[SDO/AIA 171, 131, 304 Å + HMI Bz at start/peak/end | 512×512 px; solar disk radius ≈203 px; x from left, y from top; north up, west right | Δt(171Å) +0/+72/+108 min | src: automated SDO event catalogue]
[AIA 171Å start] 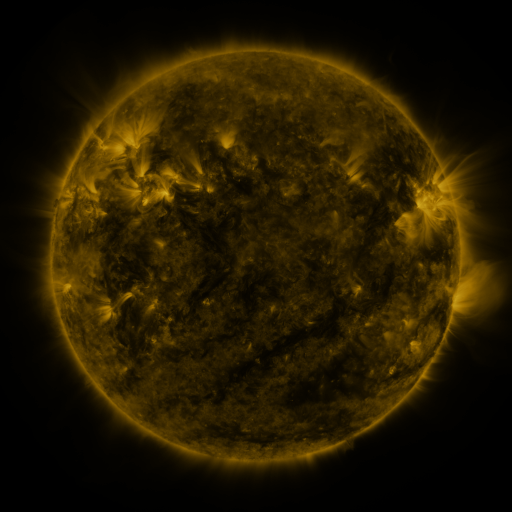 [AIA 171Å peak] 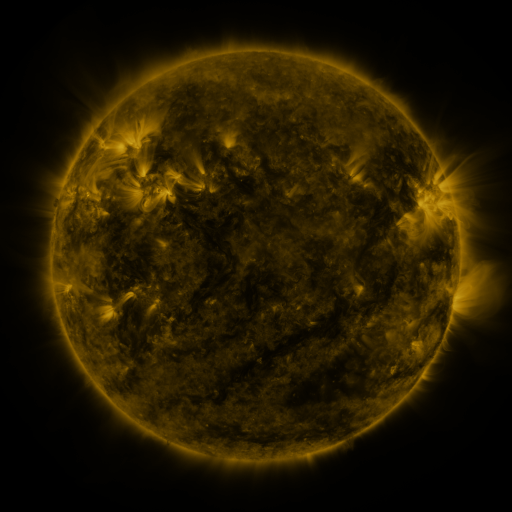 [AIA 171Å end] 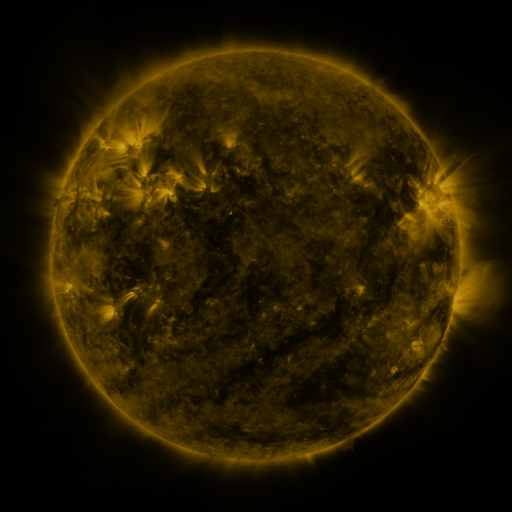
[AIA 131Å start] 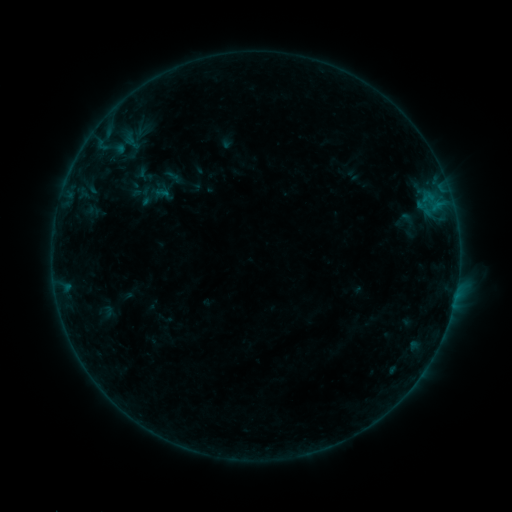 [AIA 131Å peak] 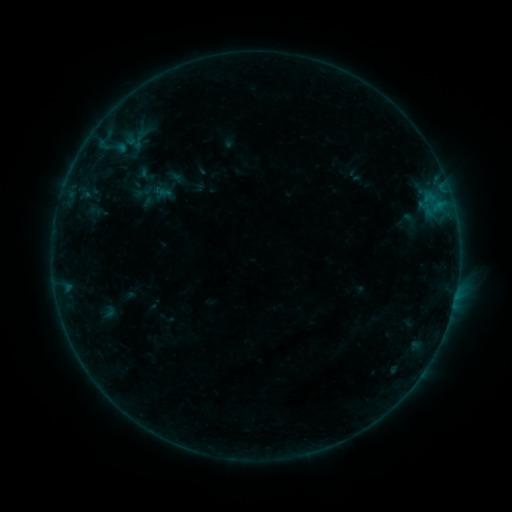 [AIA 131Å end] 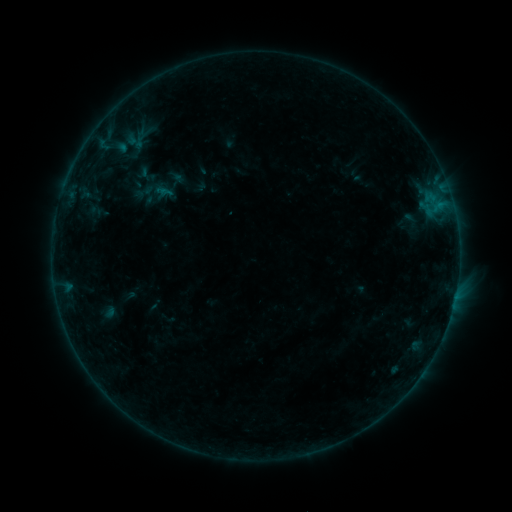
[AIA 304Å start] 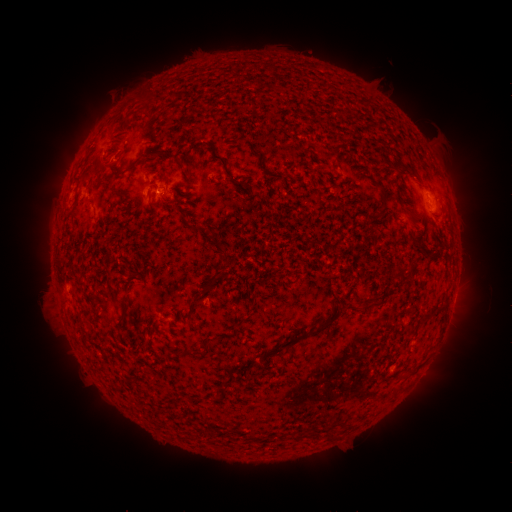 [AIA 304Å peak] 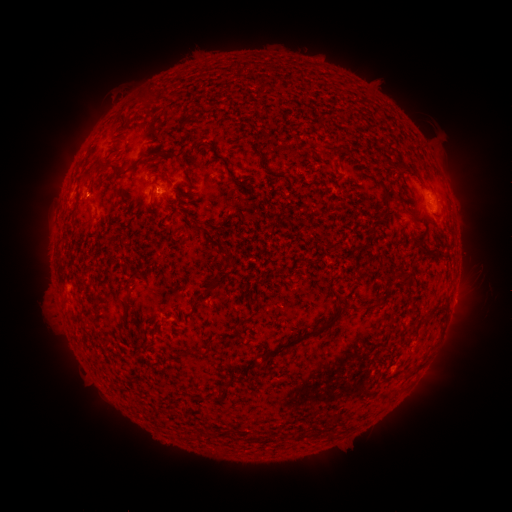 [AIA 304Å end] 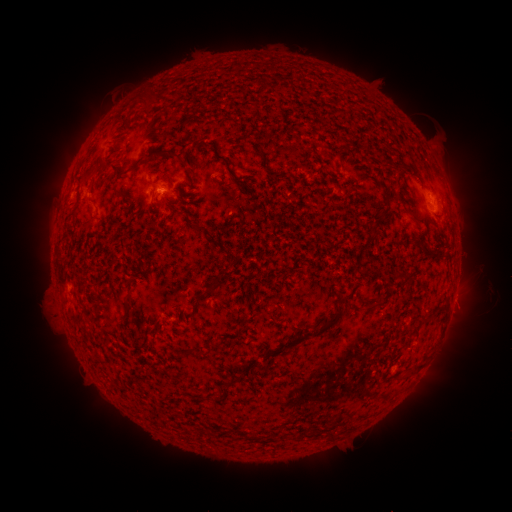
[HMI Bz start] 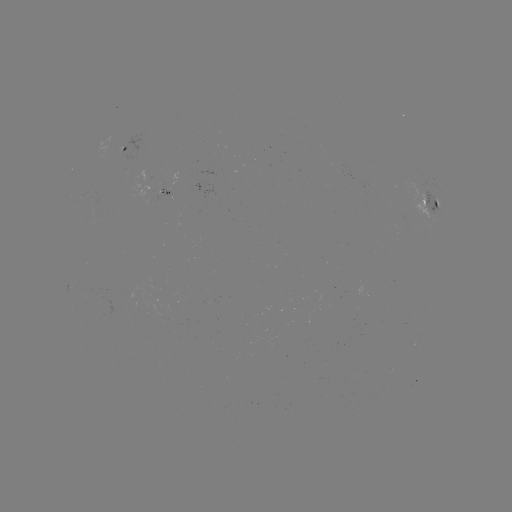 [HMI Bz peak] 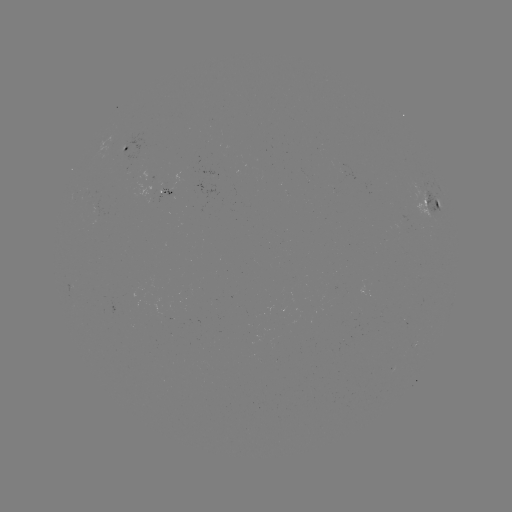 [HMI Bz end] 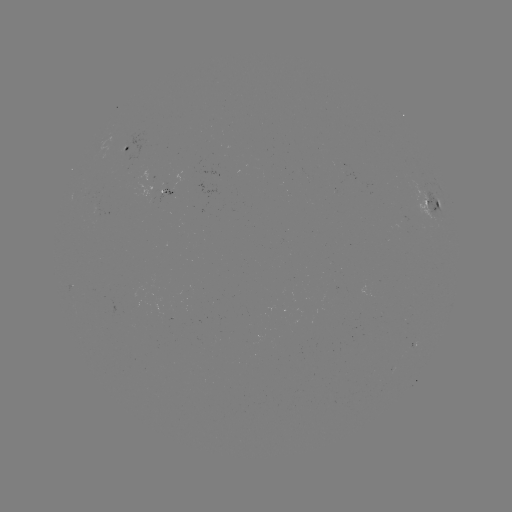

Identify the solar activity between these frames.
emerging-flux region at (401, 222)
